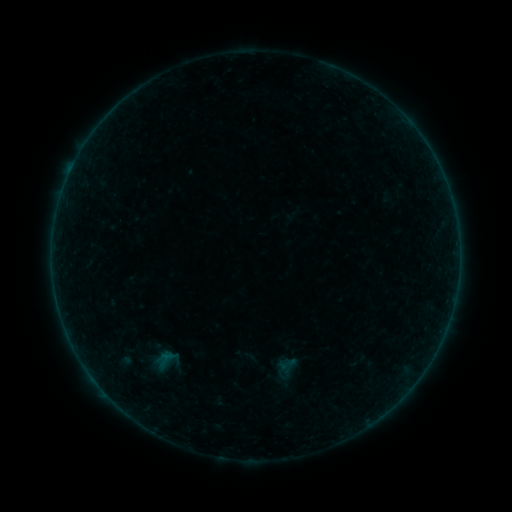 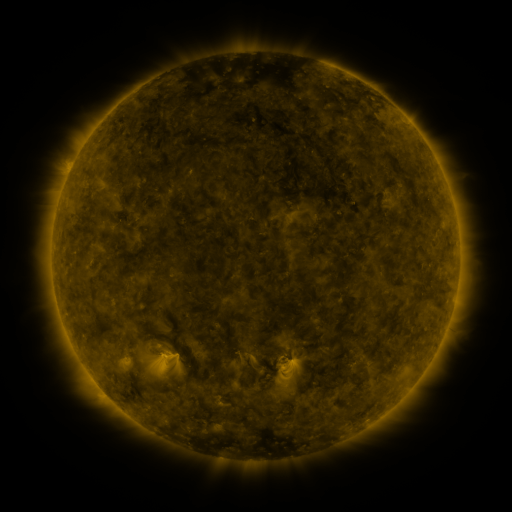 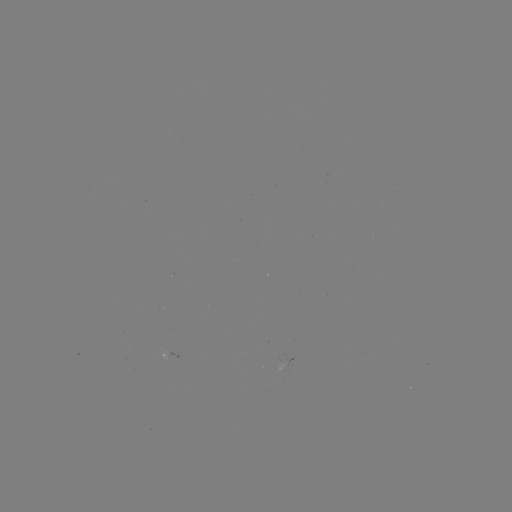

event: sigmoid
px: (287, 364)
